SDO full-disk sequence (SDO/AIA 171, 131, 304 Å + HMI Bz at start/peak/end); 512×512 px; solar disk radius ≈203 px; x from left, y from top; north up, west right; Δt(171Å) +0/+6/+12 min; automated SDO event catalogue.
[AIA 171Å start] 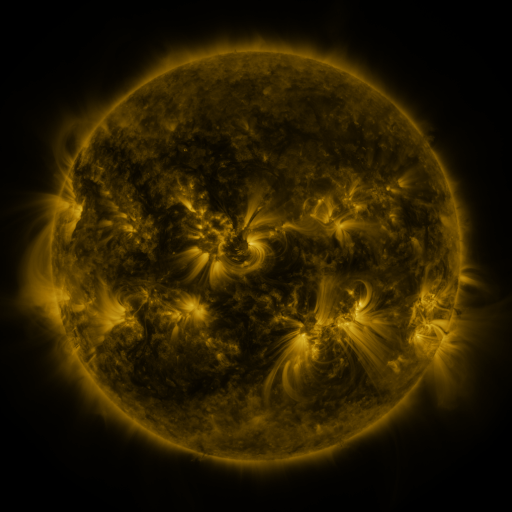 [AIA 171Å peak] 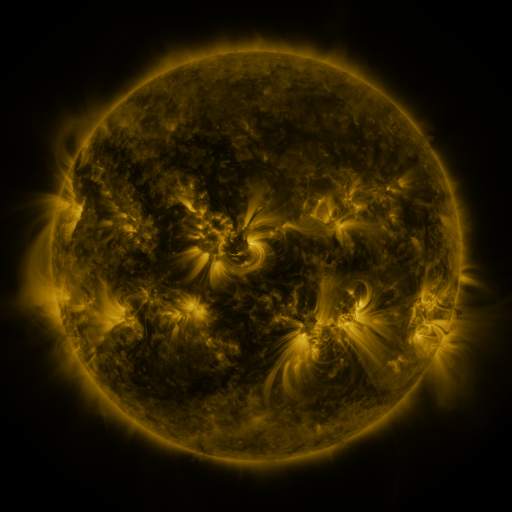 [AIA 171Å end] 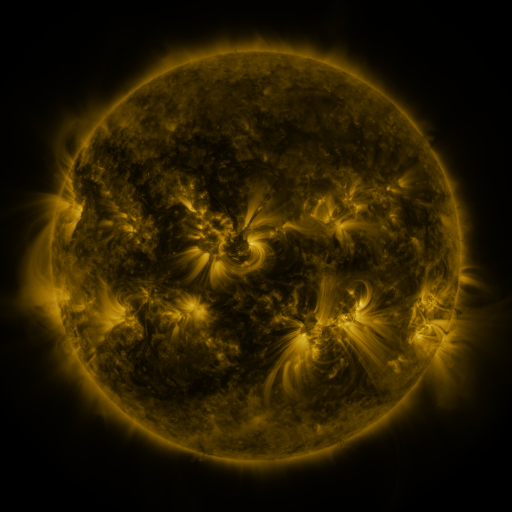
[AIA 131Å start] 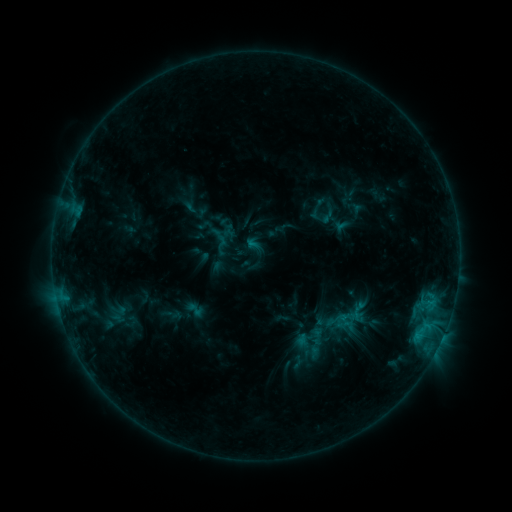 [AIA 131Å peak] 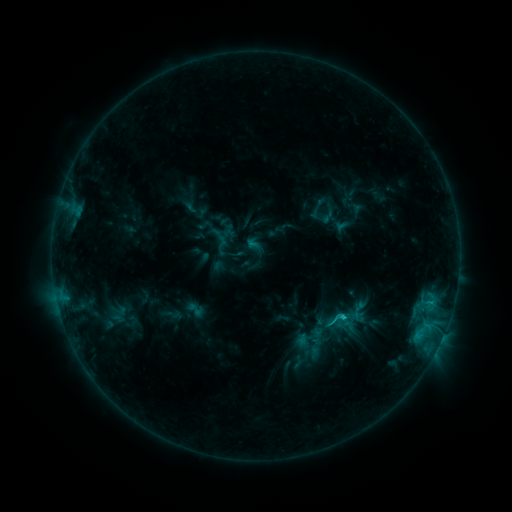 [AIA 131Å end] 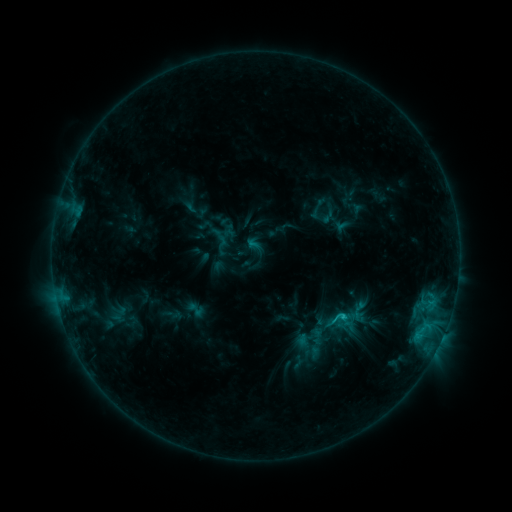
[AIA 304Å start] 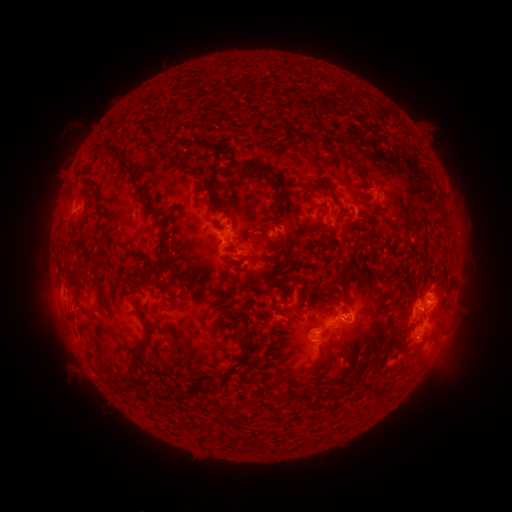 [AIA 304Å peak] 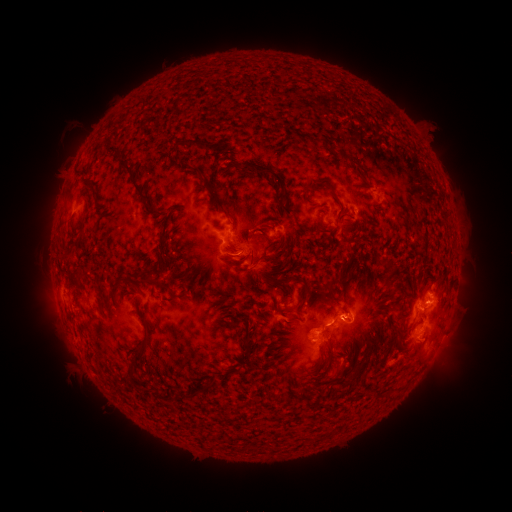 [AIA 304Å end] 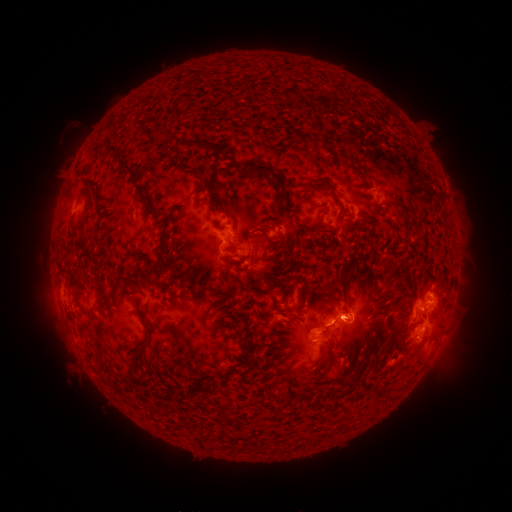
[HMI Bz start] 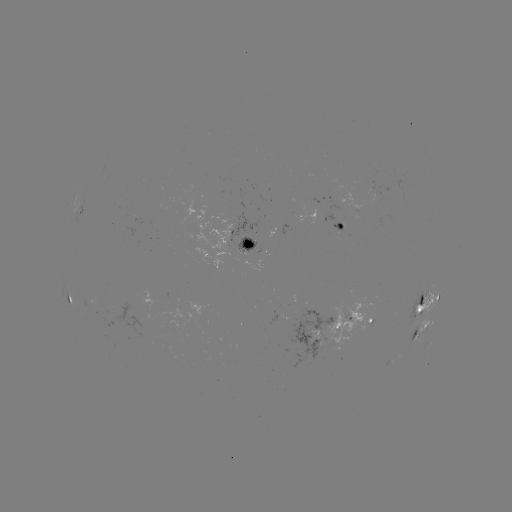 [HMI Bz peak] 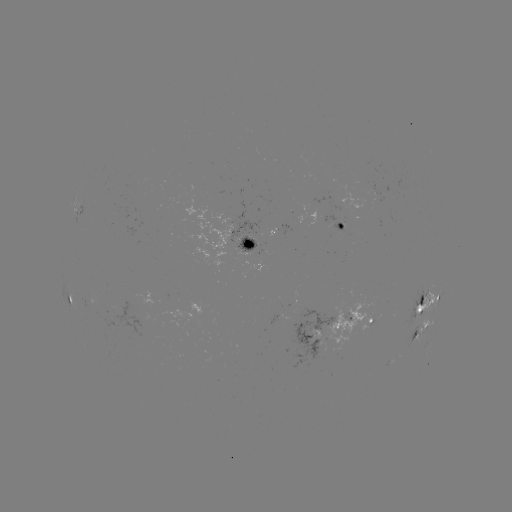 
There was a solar flare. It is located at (342, 316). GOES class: C1.6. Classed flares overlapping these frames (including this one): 1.